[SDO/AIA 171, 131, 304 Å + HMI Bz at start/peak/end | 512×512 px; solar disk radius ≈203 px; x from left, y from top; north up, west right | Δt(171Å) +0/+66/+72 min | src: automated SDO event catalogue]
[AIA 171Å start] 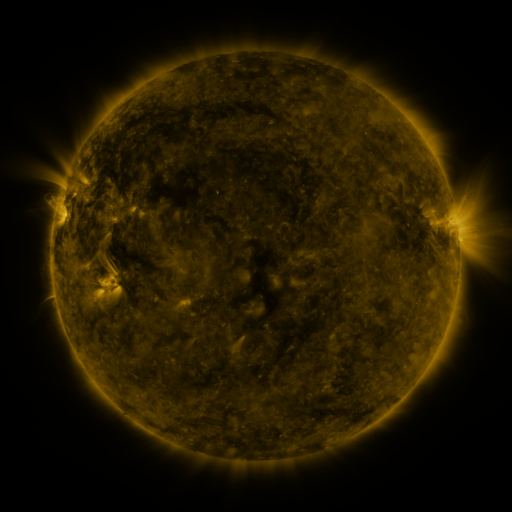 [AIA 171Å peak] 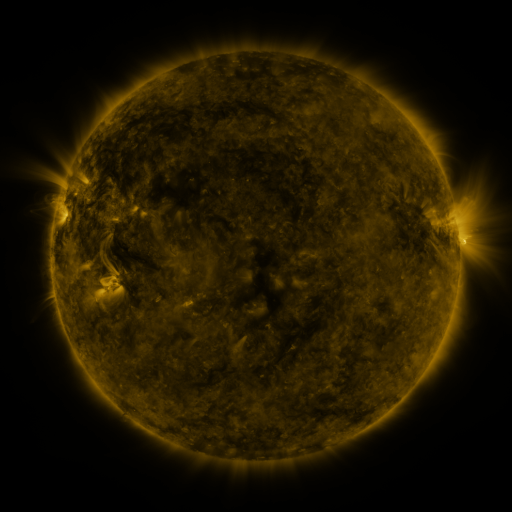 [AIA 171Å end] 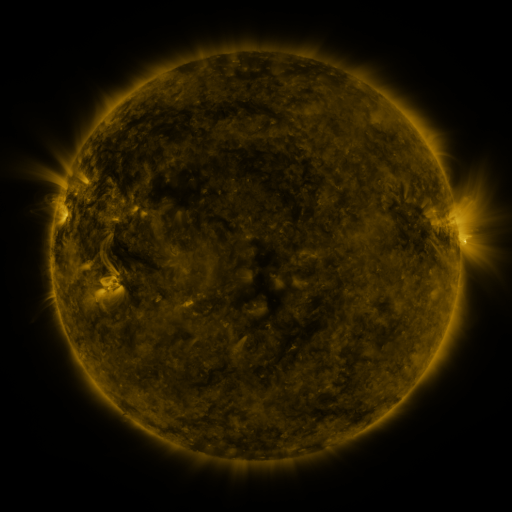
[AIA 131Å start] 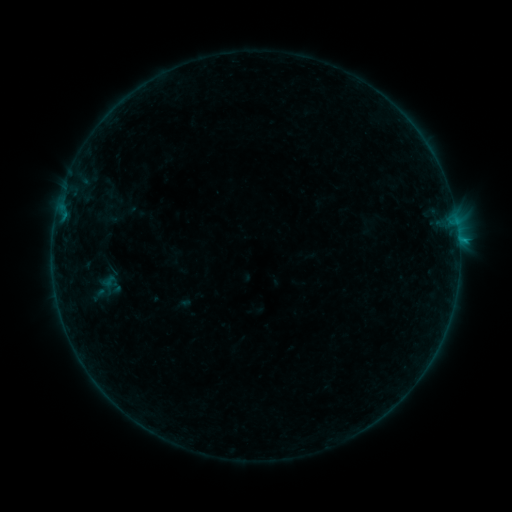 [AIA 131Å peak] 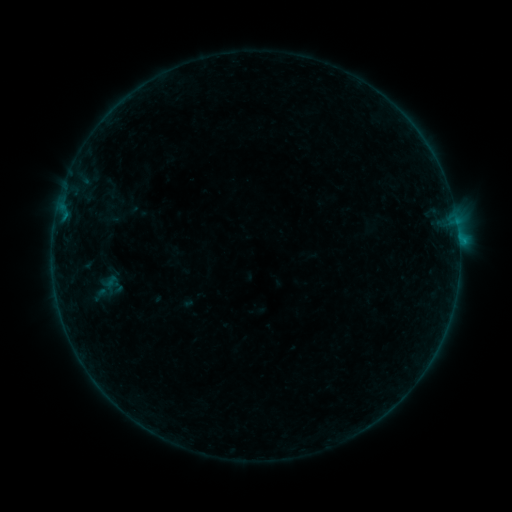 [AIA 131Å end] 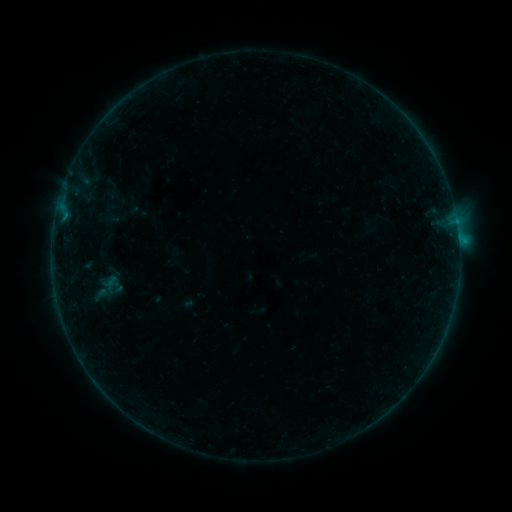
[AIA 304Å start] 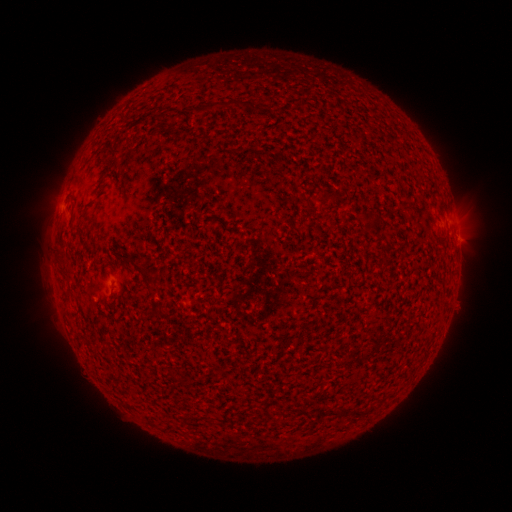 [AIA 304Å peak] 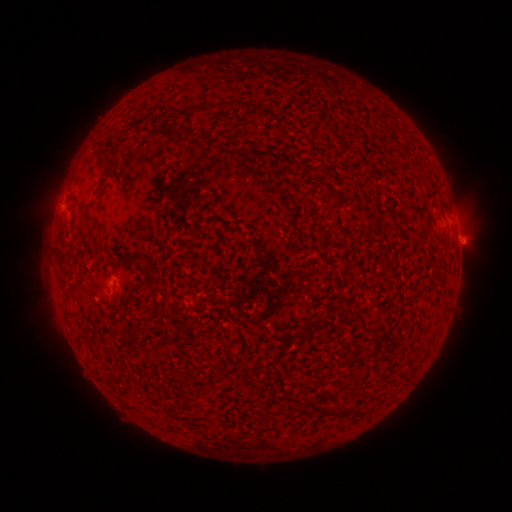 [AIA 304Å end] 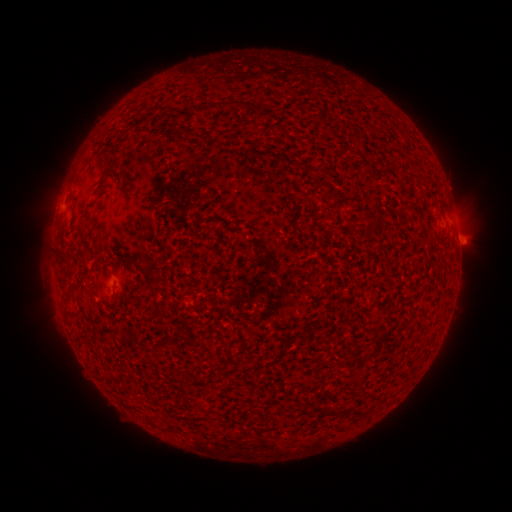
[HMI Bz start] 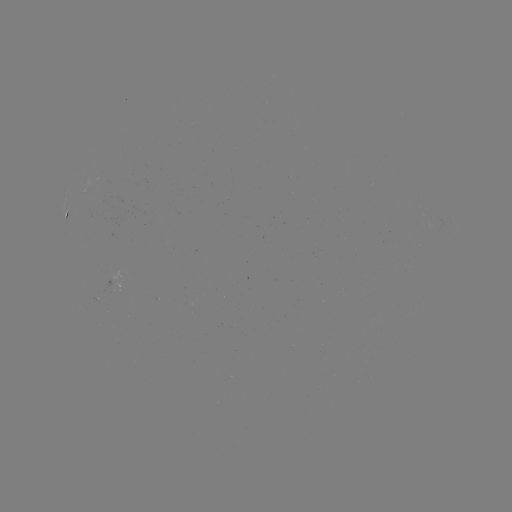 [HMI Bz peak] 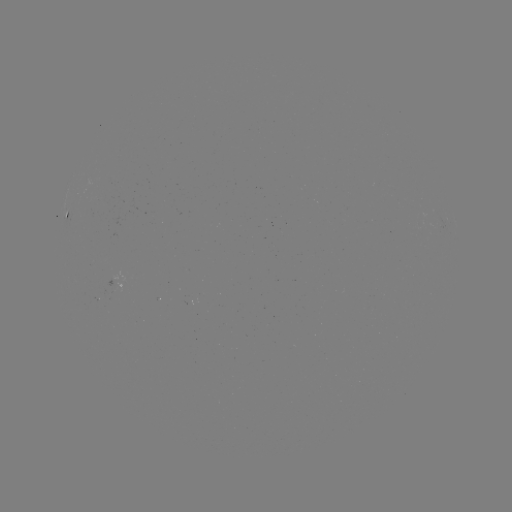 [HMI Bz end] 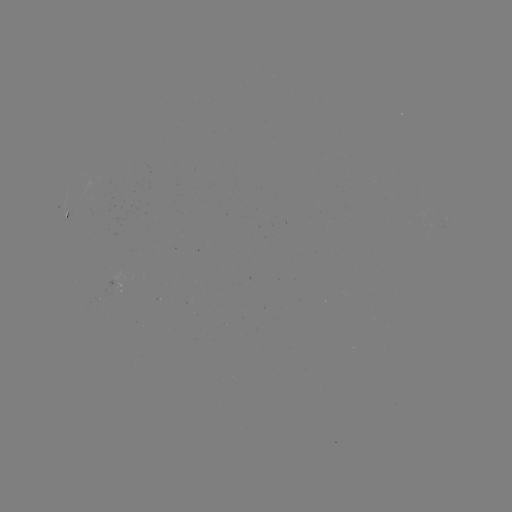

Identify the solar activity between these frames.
emerging-flux region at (115, 286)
